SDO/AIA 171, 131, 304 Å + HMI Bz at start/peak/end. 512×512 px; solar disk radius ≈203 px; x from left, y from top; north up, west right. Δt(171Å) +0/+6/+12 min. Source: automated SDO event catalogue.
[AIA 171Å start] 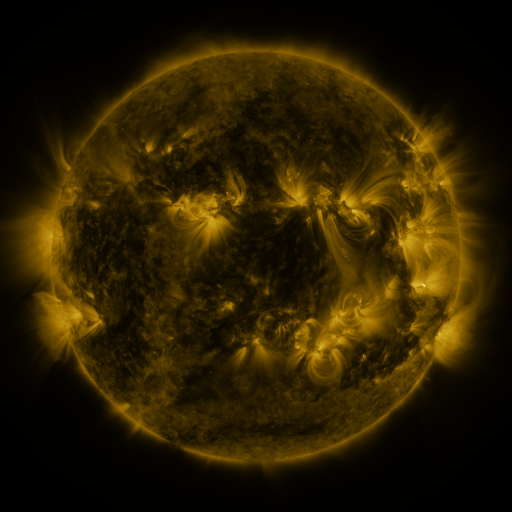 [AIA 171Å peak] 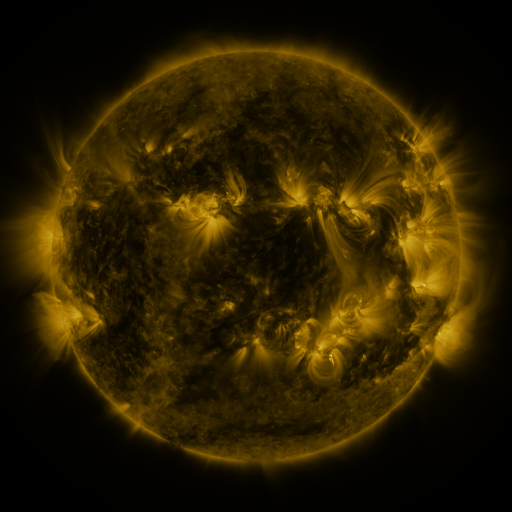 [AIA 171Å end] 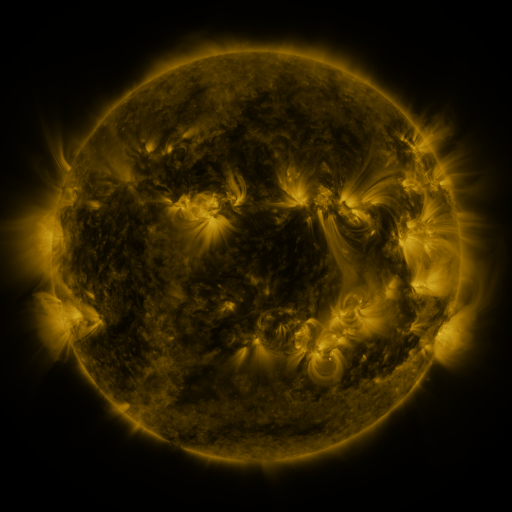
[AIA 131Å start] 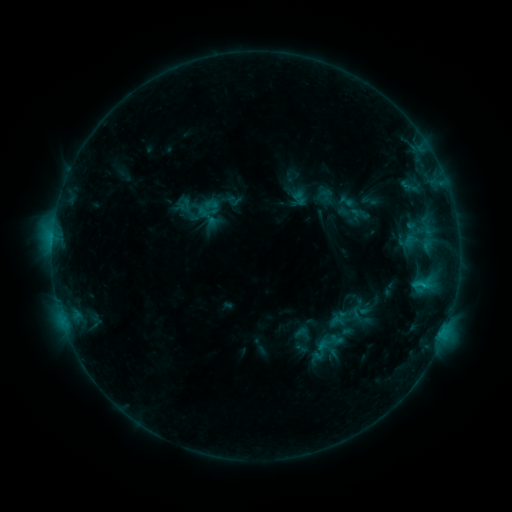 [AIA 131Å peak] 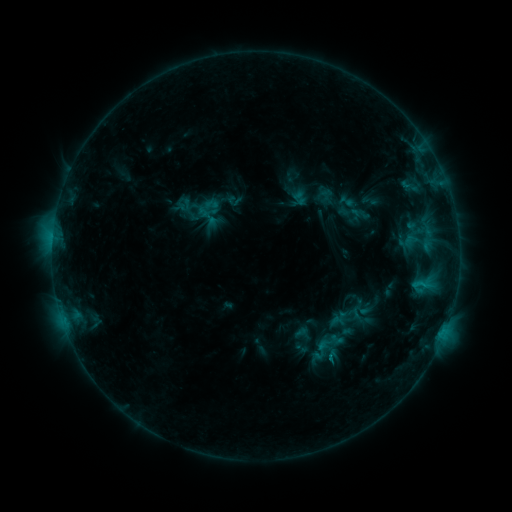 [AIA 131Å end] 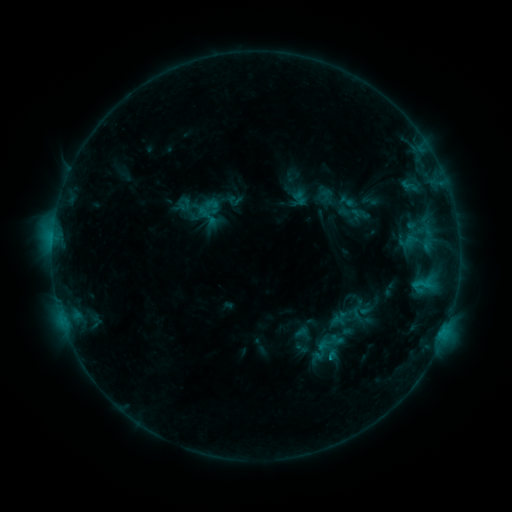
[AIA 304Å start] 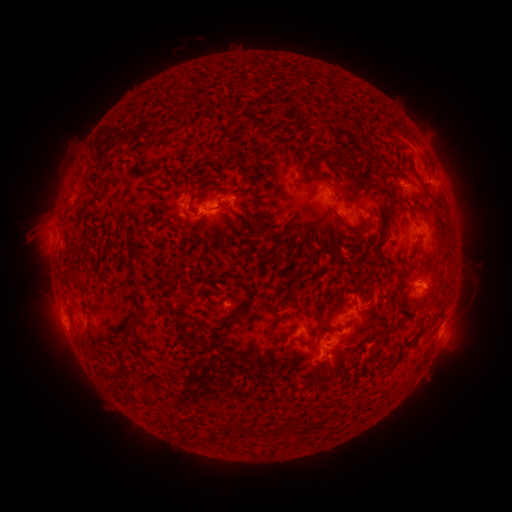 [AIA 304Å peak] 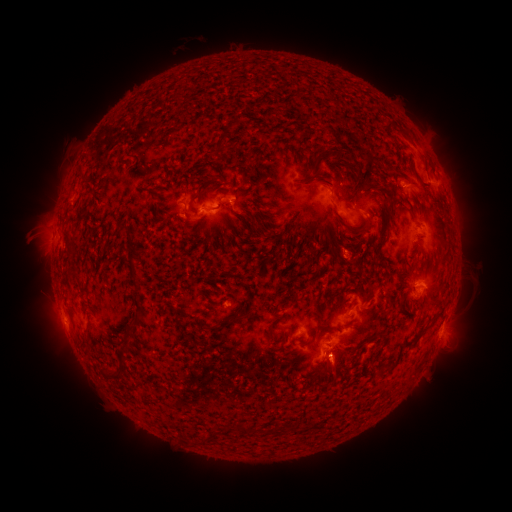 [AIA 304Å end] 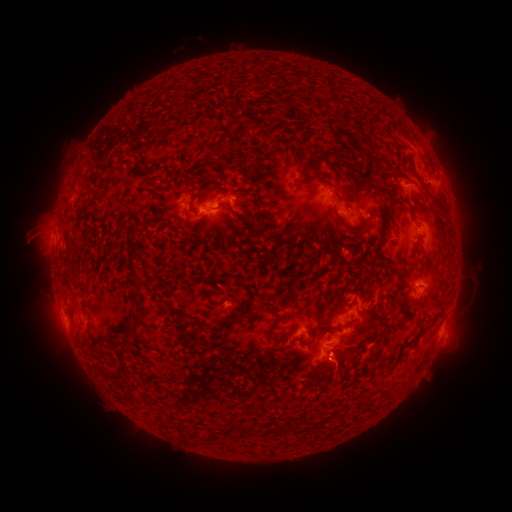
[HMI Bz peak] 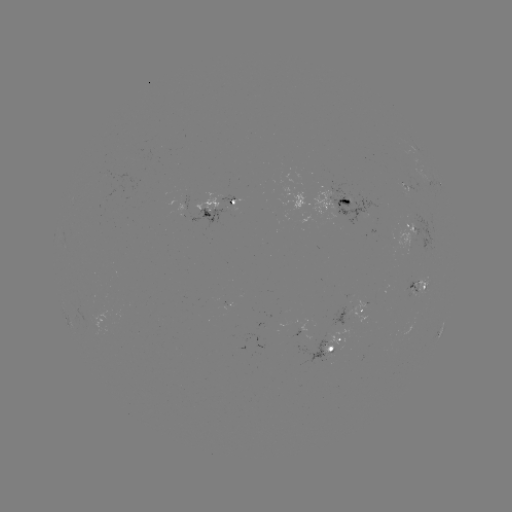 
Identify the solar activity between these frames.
eruption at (340, 375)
